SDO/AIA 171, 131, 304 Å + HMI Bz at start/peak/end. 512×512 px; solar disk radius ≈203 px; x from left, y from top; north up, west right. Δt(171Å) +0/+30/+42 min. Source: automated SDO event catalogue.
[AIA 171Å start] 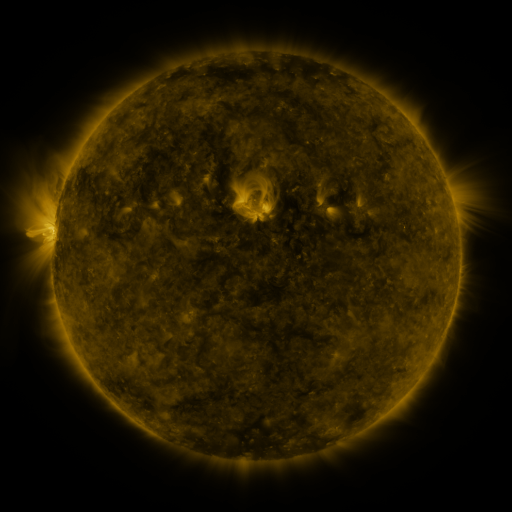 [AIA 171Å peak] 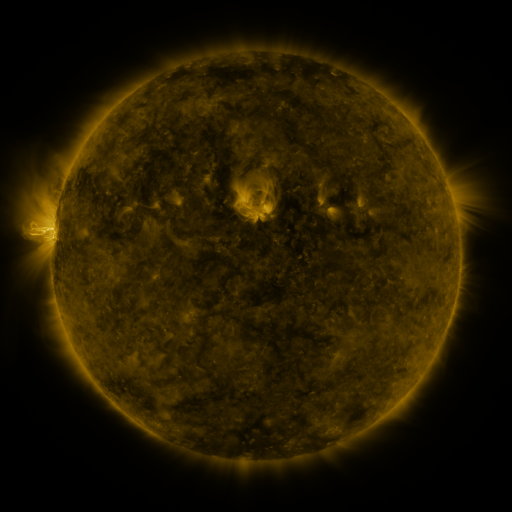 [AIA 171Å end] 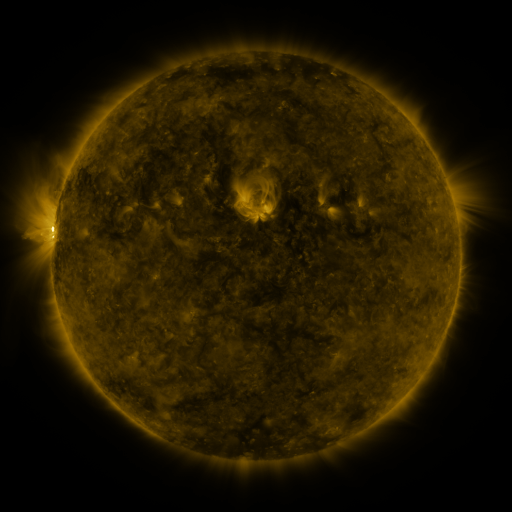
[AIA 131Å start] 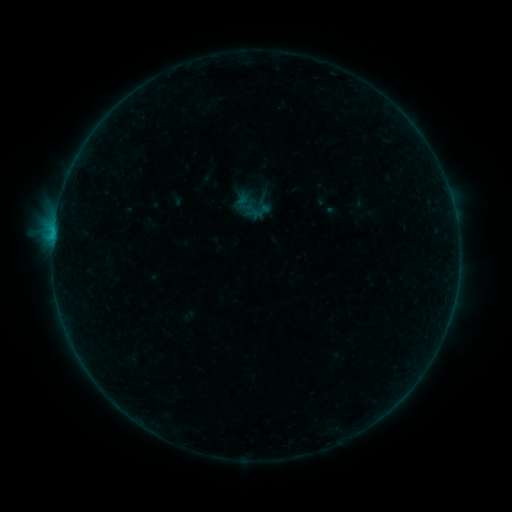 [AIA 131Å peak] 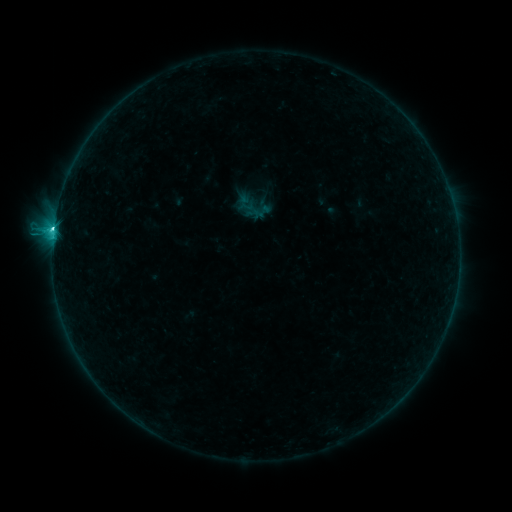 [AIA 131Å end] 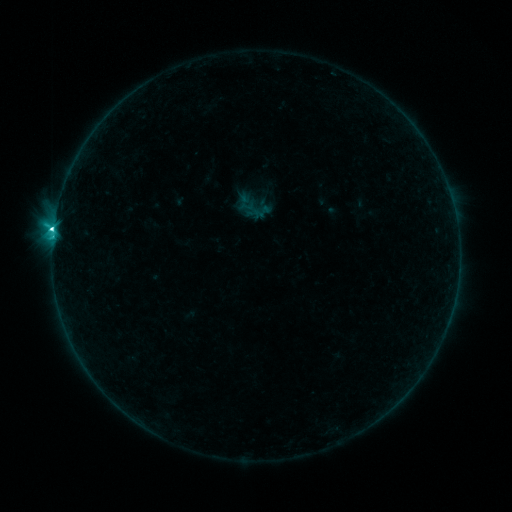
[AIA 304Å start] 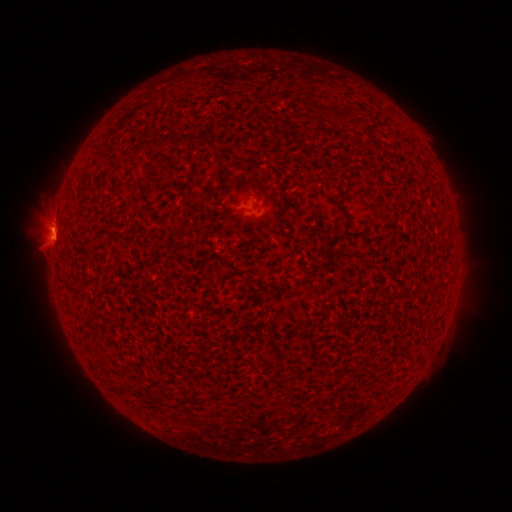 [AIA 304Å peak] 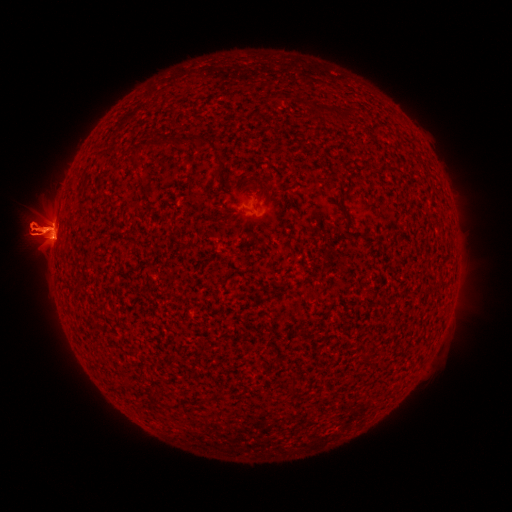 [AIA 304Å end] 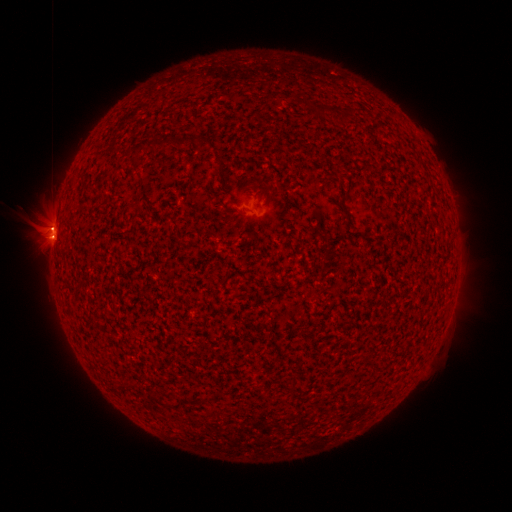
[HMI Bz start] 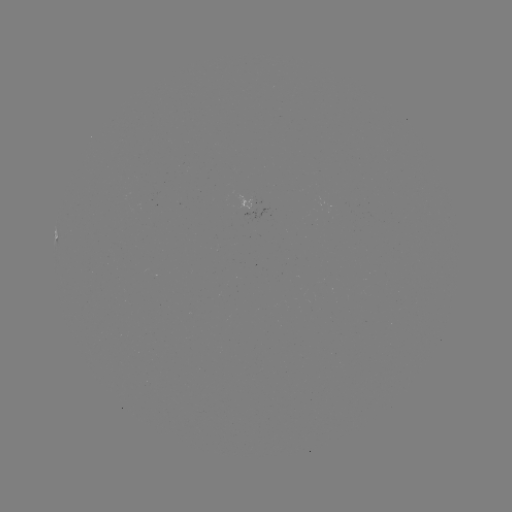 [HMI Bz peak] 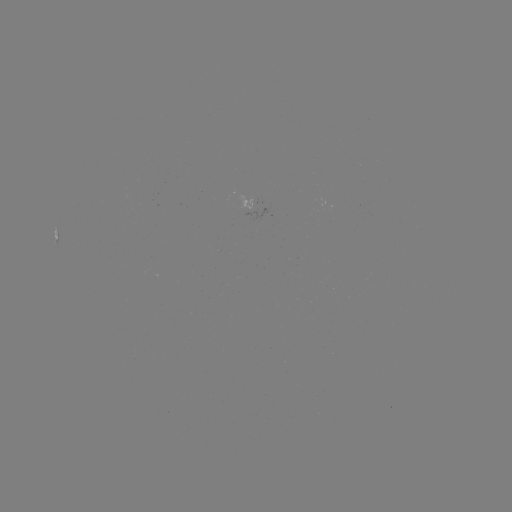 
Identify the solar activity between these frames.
C6.6 flare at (54, 231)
